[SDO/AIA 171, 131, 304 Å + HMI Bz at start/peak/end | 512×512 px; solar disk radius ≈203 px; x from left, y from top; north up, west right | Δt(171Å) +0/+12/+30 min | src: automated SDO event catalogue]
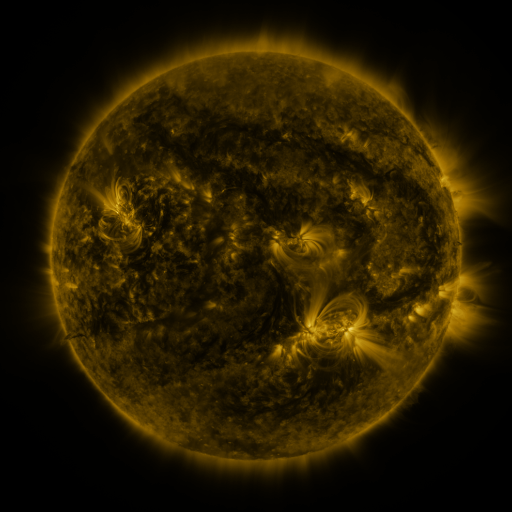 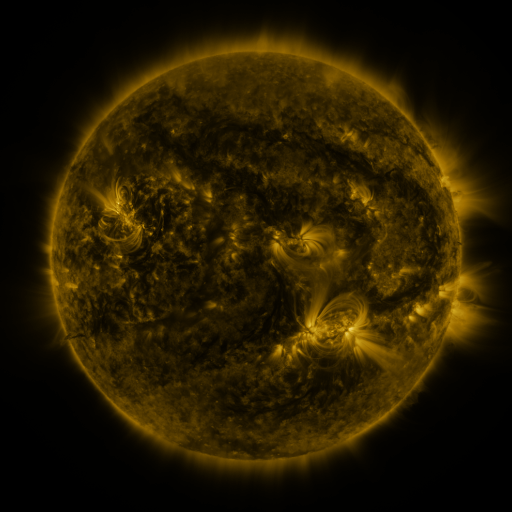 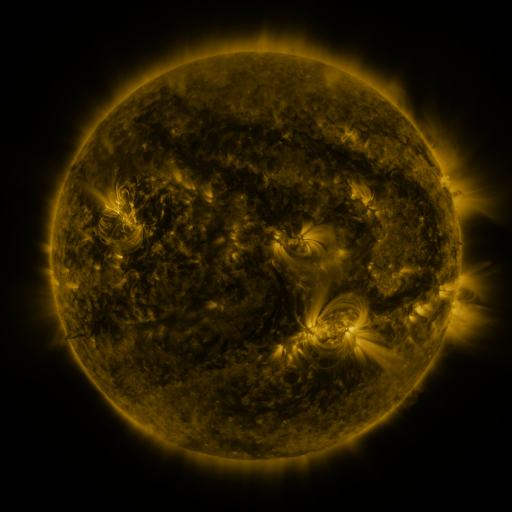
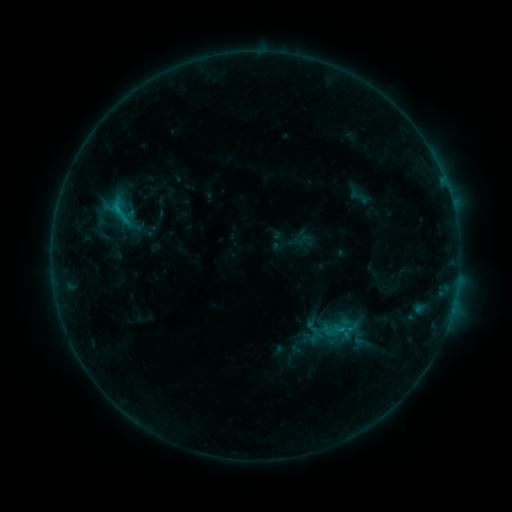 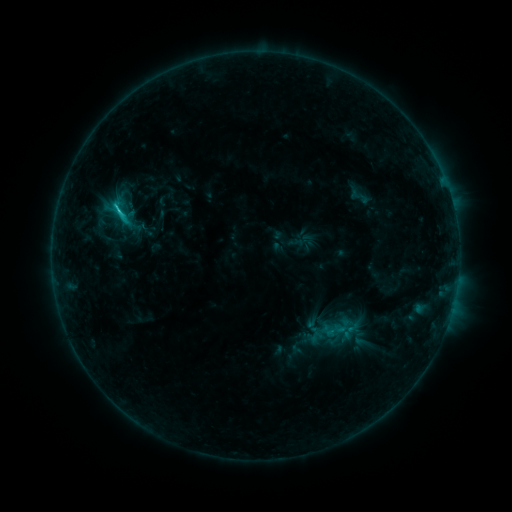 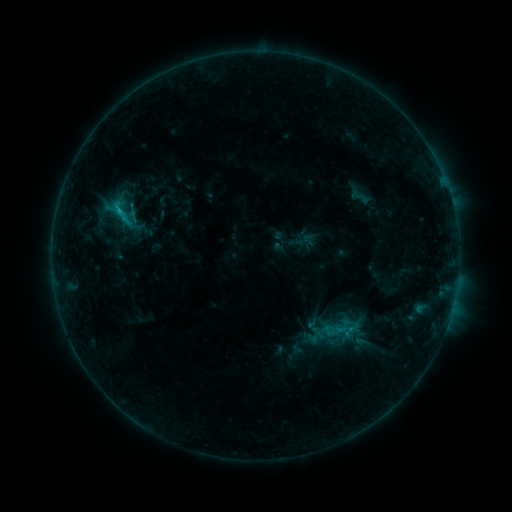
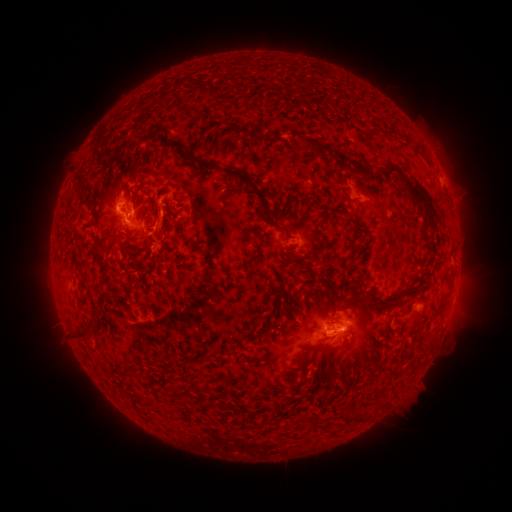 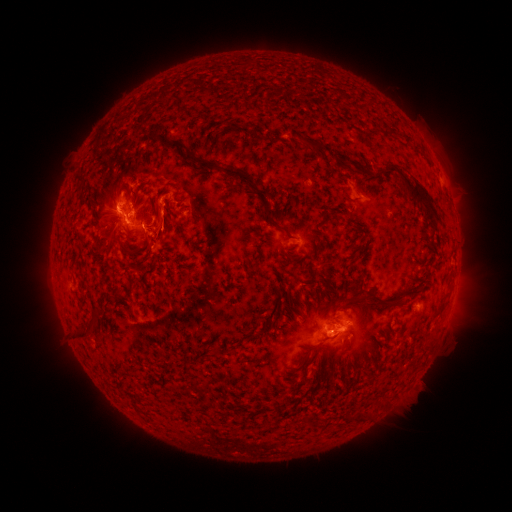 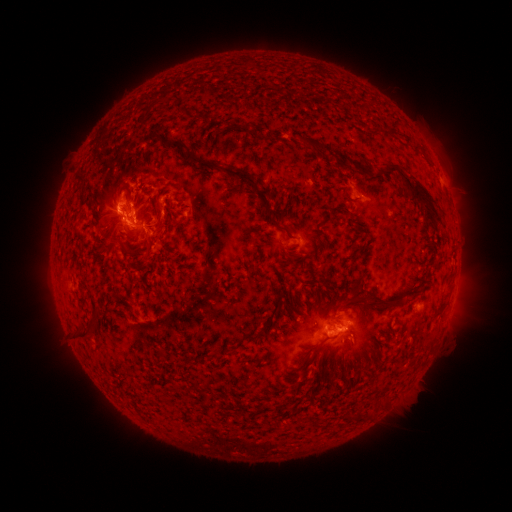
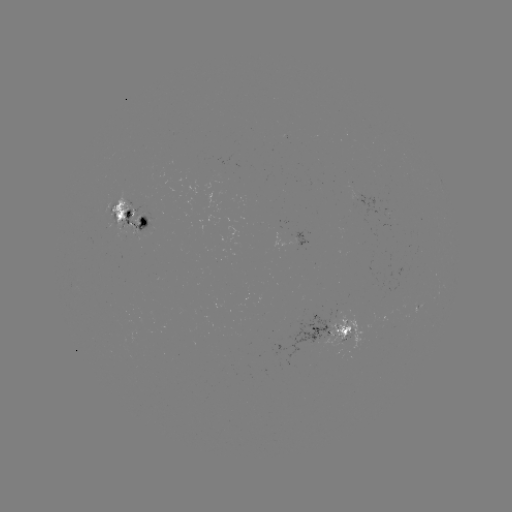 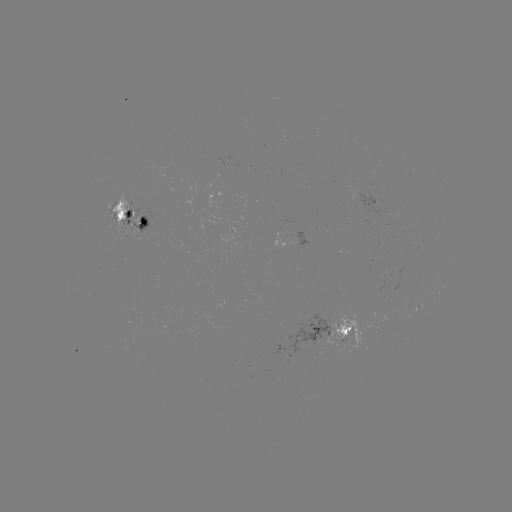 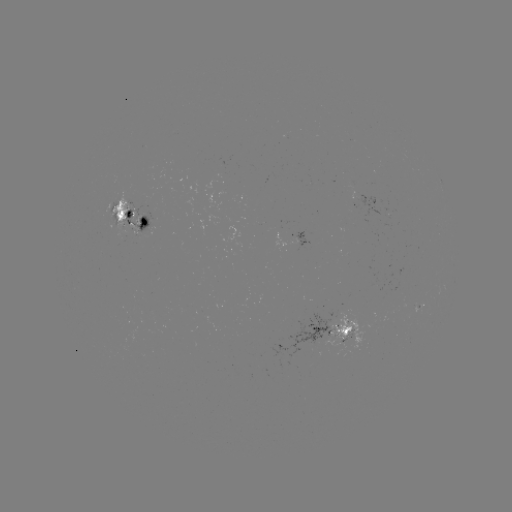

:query C1.7 flare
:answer (120, 213)